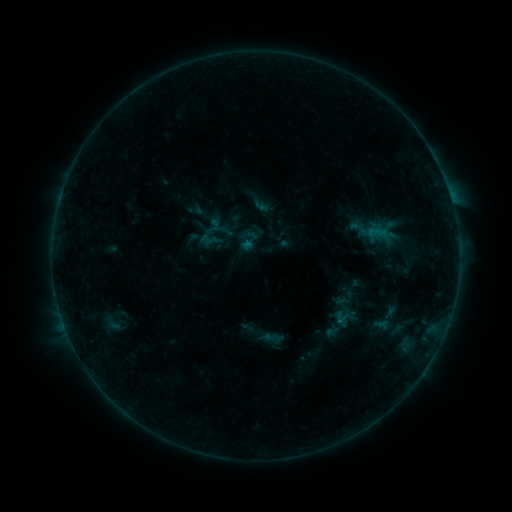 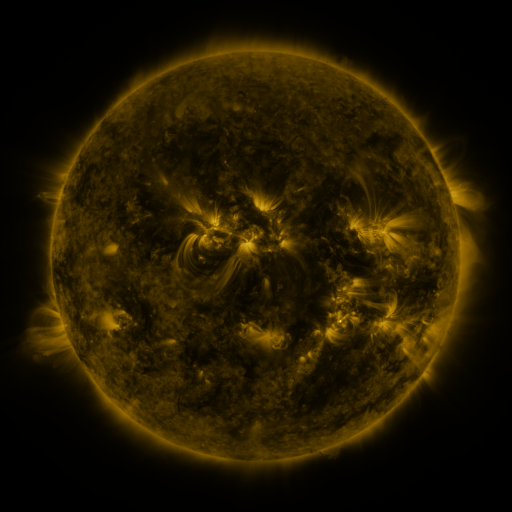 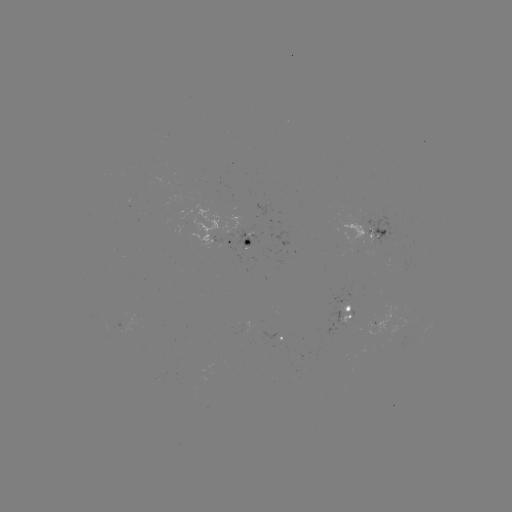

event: sigmoid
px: (112, 324)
